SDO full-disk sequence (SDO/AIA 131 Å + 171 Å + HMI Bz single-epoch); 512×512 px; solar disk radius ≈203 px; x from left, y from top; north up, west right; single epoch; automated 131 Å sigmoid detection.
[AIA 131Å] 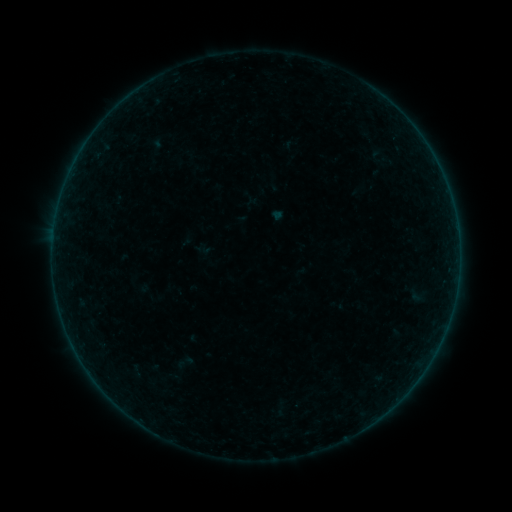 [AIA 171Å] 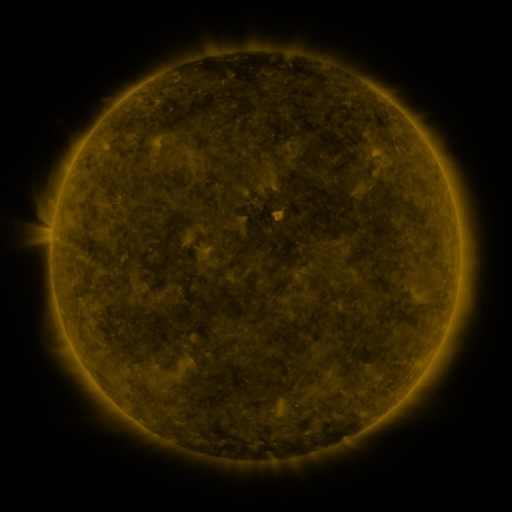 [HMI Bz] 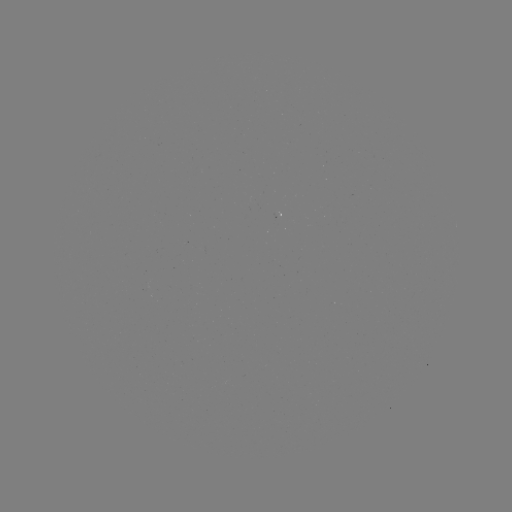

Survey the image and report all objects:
sigmoid: (379, 157)
